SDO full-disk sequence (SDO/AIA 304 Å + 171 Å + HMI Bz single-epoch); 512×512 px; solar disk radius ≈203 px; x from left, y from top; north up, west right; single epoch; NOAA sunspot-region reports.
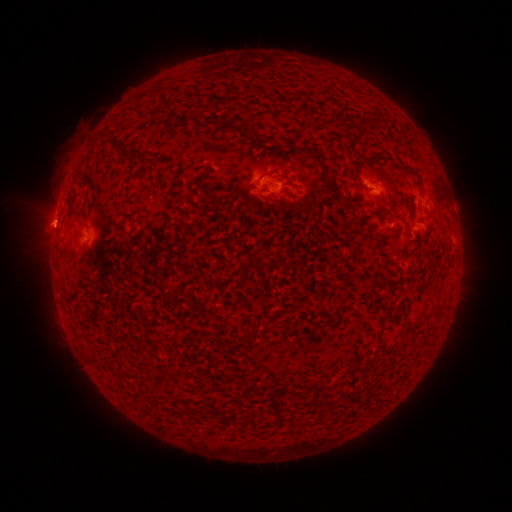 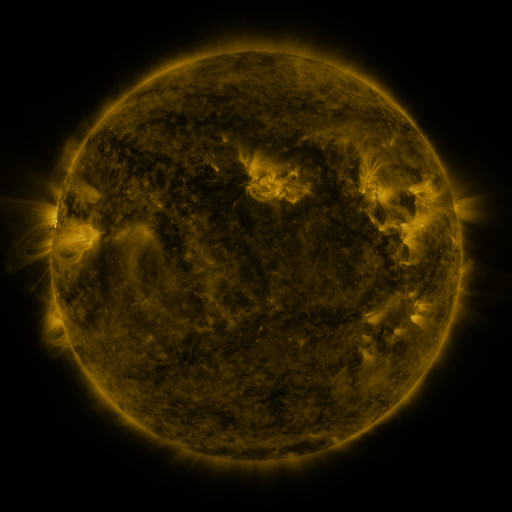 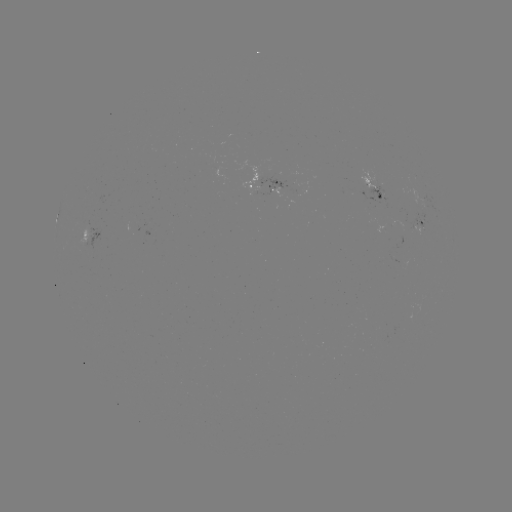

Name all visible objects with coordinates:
spotted active region: (273, 186)
spotted active region: (377, 192)
spotted active region: (421, 223)
spotted active region: (95, 233)
